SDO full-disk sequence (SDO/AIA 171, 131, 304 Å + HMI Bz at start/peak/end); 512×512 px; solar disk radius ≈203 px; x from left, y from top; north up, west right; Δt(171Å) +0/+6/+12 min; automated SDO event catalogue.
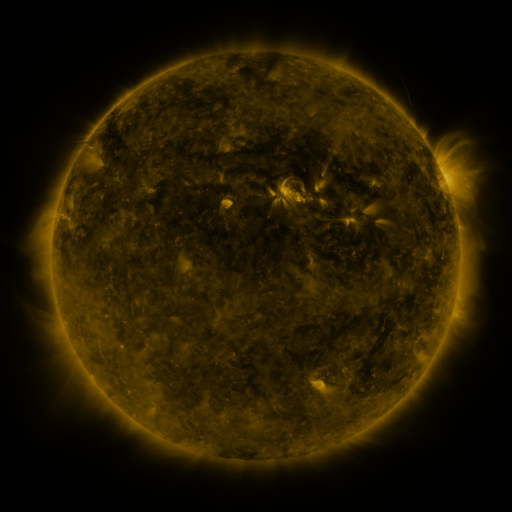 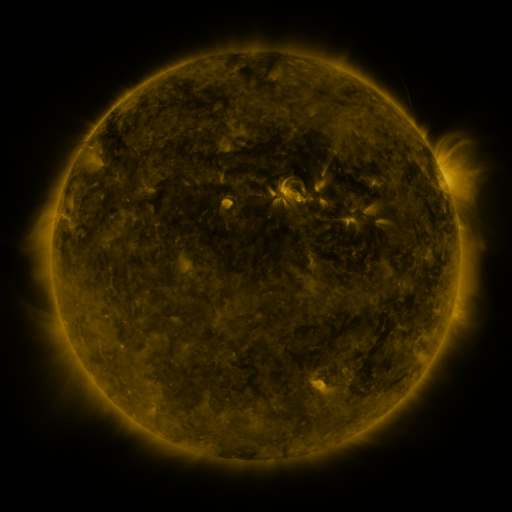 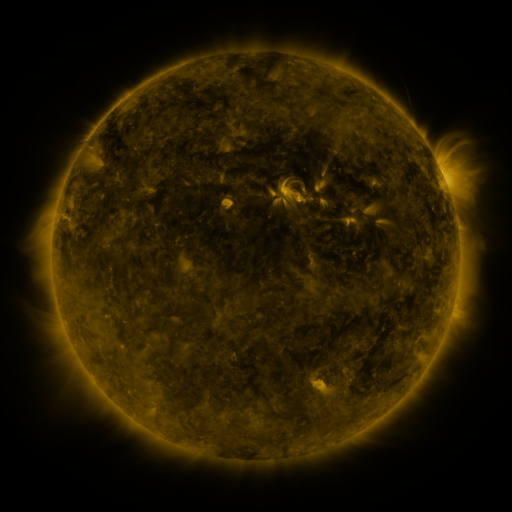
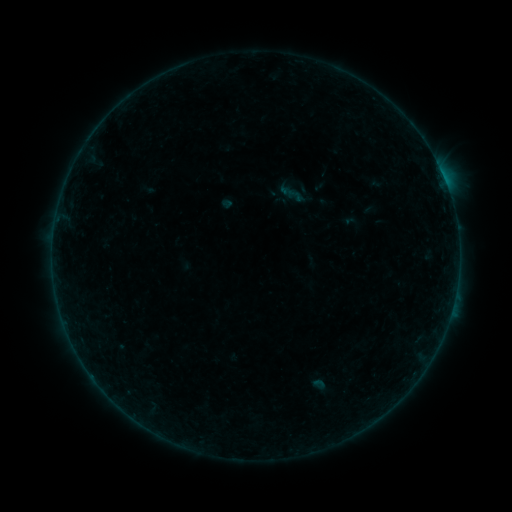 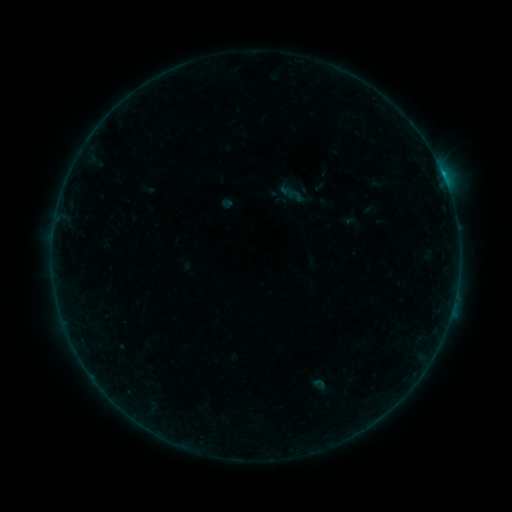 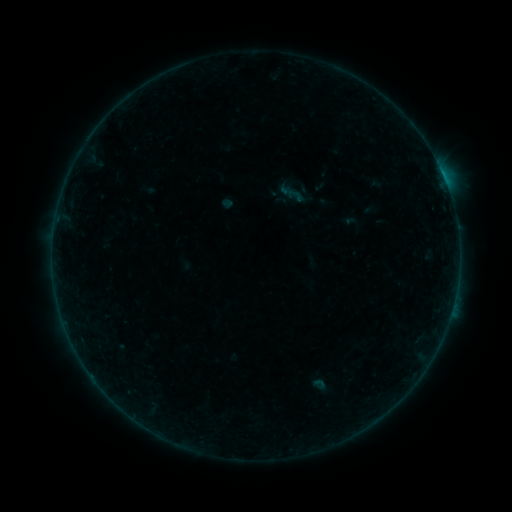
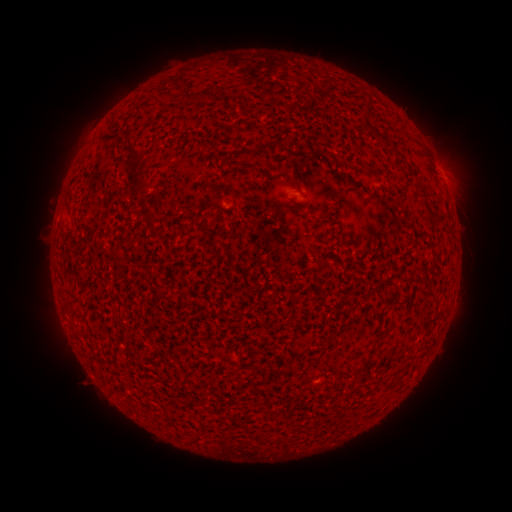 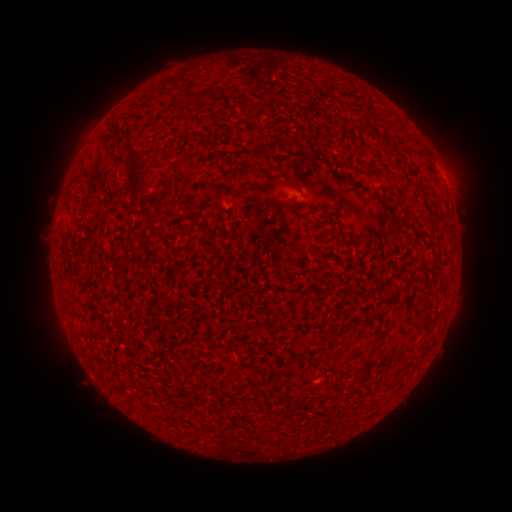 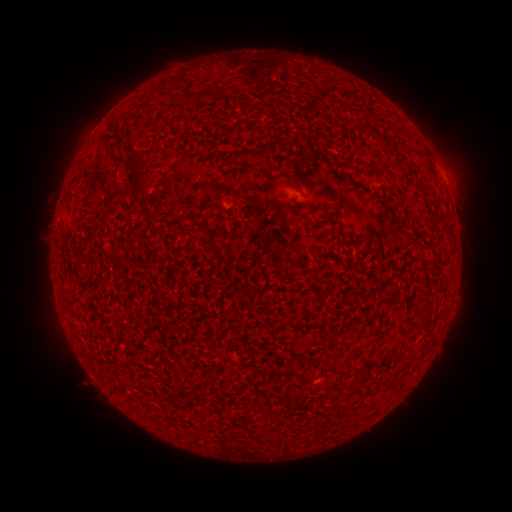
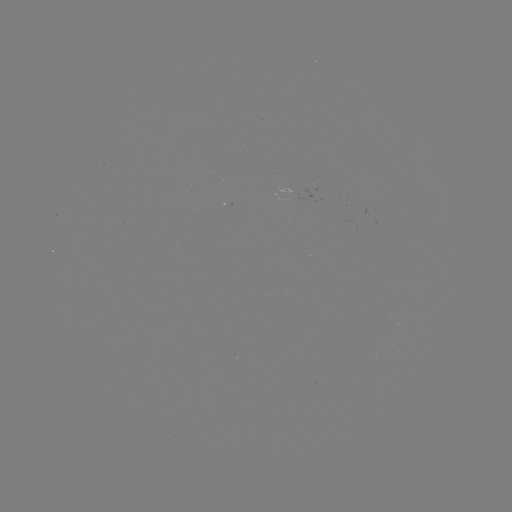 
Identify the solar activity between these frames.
B2.3 flare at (444, 181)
